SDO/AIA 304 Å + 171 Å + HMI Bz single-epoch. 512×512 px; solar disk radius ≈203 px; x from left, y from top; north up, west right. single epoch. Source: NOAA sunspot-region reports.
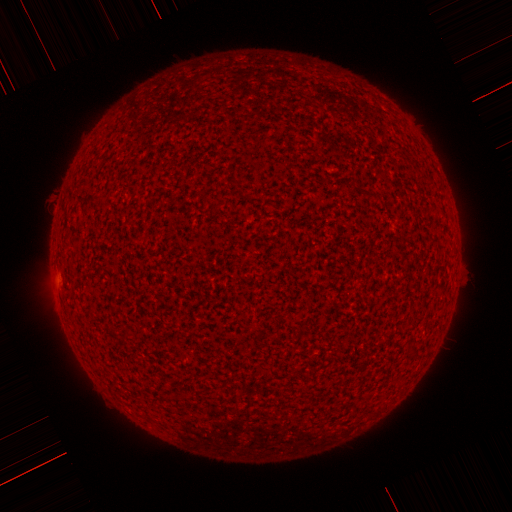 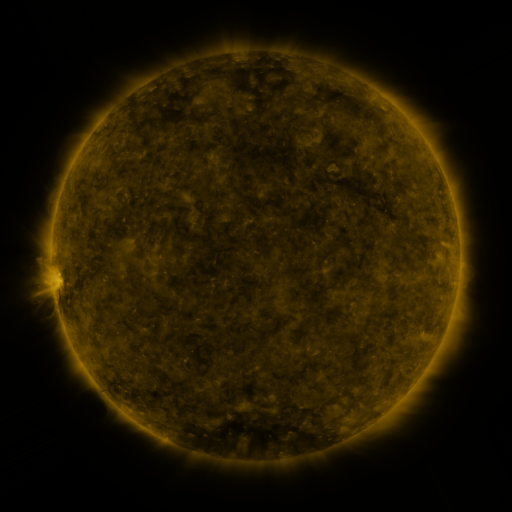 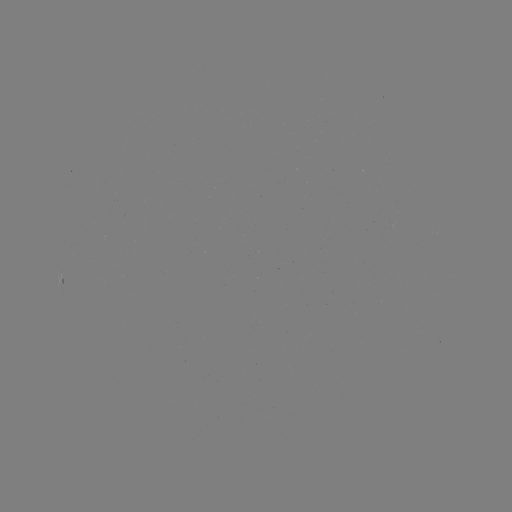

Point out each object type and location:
(none)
